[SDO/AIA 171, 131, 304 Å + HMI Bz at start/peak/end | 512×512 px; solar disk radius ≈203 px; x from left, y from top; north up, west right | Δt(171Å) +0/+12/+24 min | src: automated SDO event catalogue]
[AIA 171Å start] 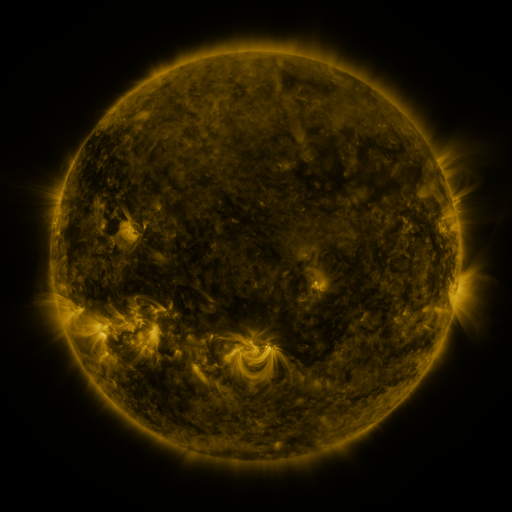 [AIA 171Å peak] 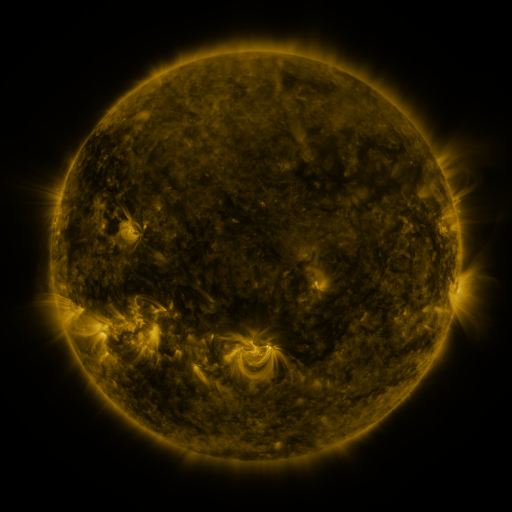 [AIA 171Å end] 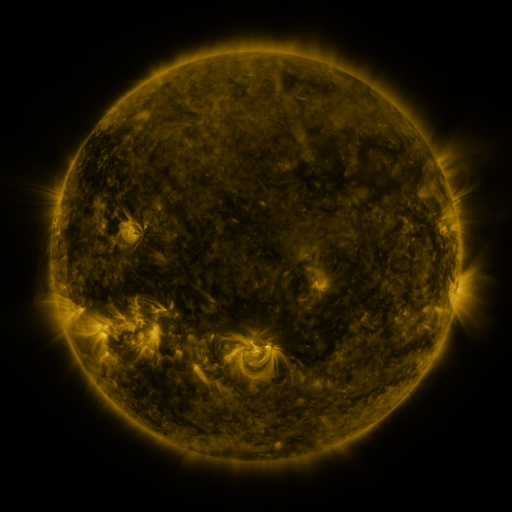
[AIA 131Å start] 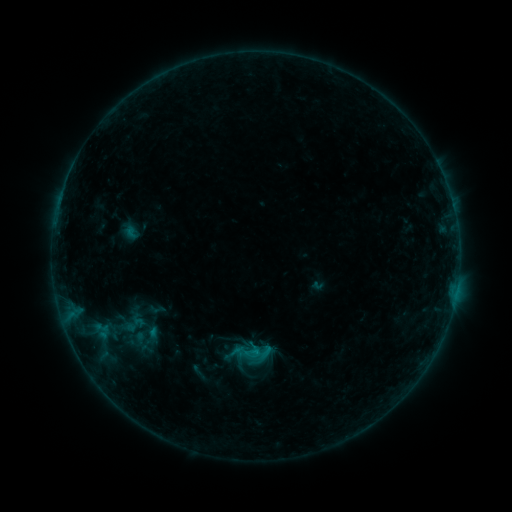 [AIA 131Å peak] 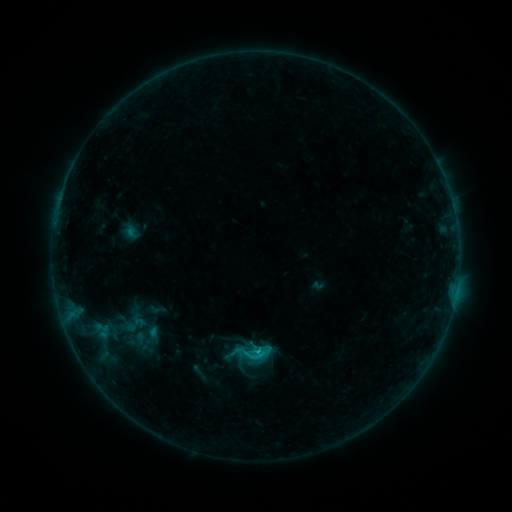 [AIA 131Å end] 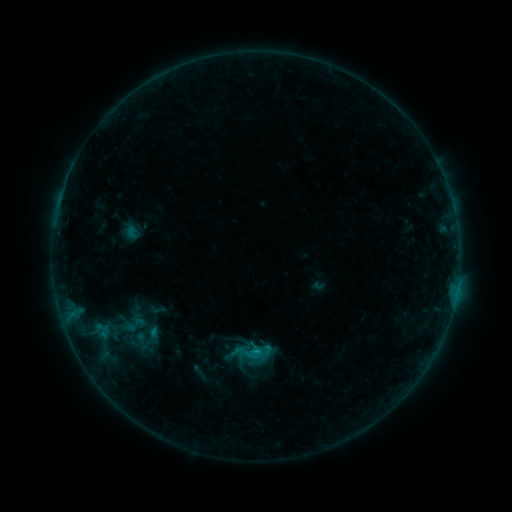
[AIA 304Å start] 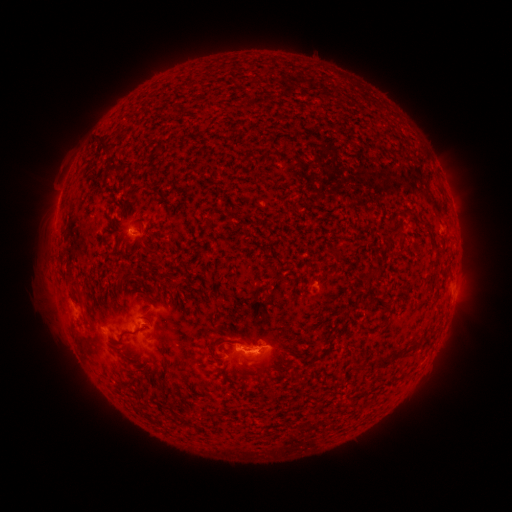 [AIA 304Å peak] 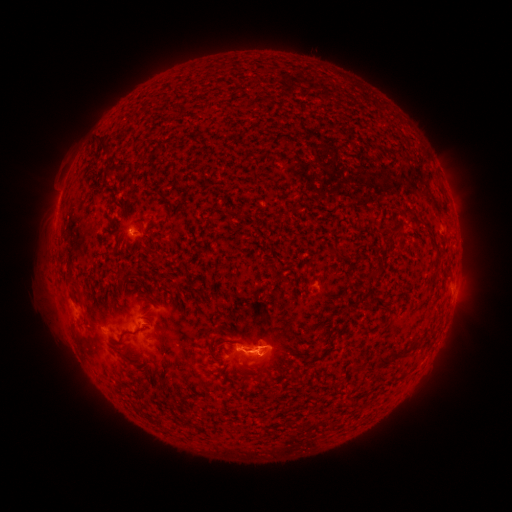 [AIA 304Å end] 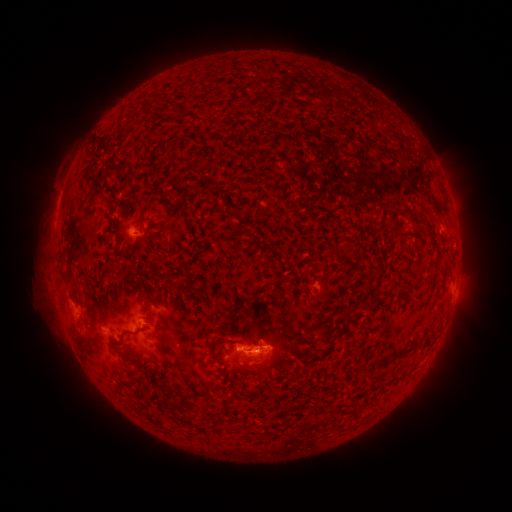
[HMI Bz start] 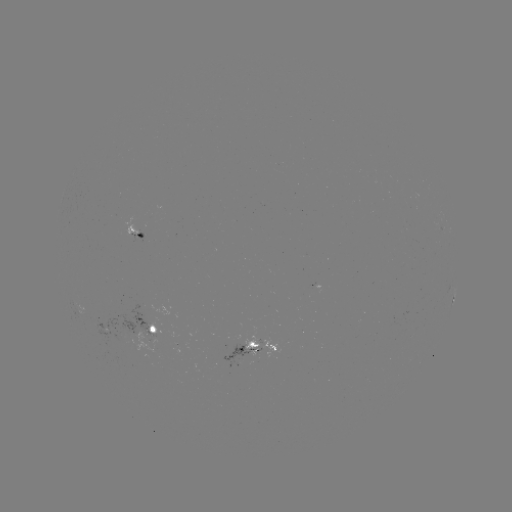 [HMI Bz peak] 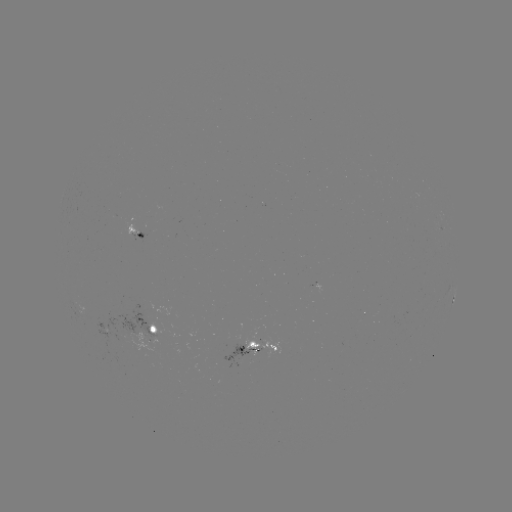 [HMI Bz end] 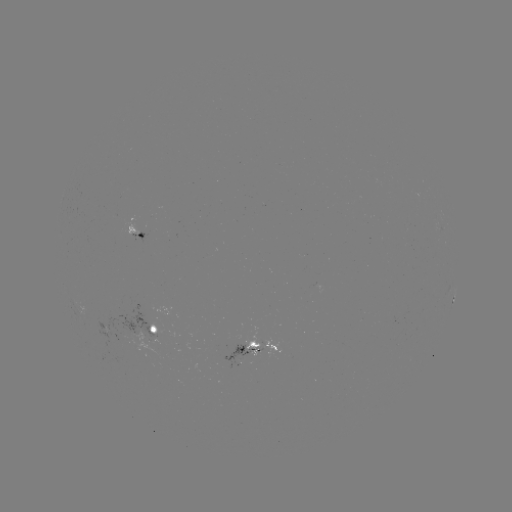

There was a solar flare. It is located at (256, 349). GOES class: C1.0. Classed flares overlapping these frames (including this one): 1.